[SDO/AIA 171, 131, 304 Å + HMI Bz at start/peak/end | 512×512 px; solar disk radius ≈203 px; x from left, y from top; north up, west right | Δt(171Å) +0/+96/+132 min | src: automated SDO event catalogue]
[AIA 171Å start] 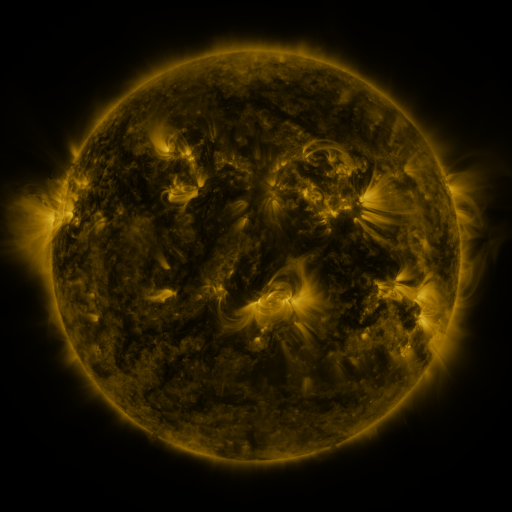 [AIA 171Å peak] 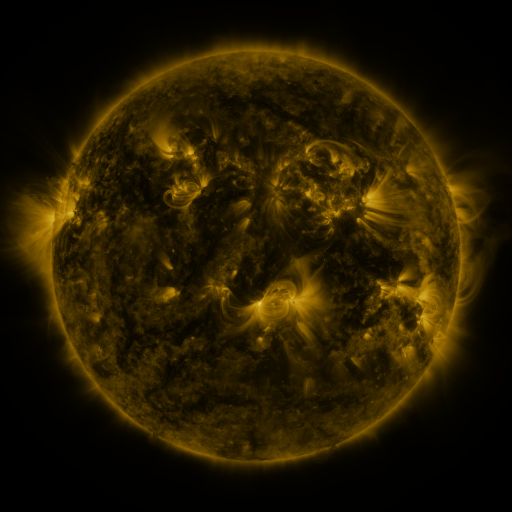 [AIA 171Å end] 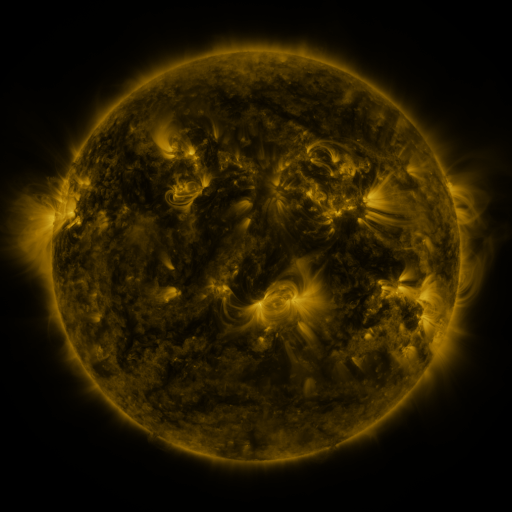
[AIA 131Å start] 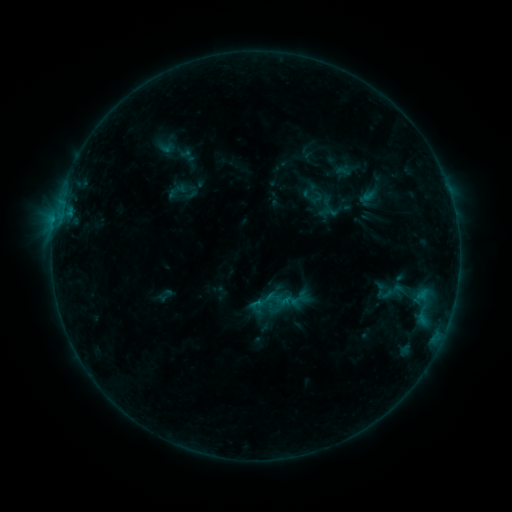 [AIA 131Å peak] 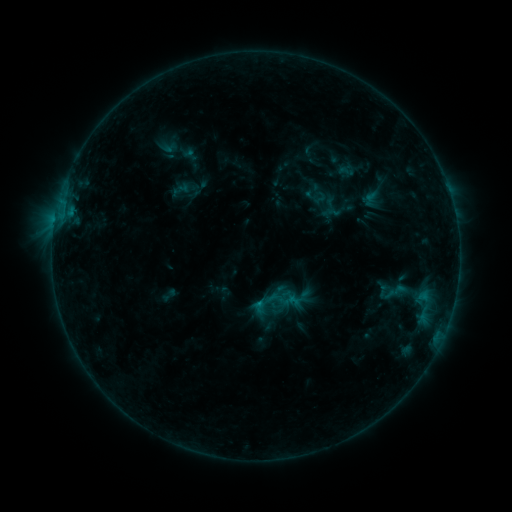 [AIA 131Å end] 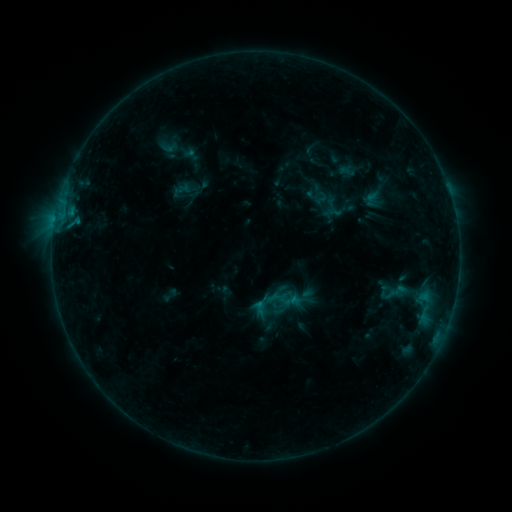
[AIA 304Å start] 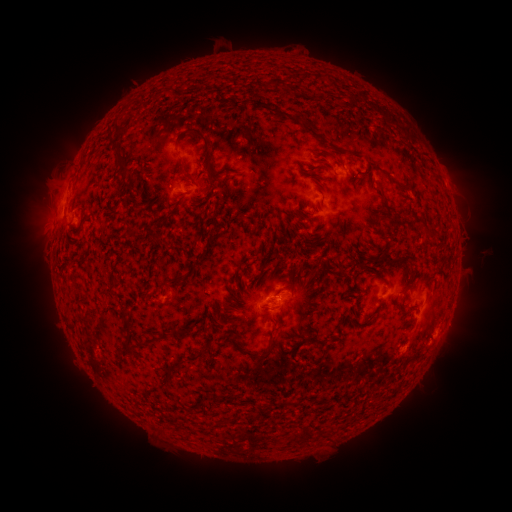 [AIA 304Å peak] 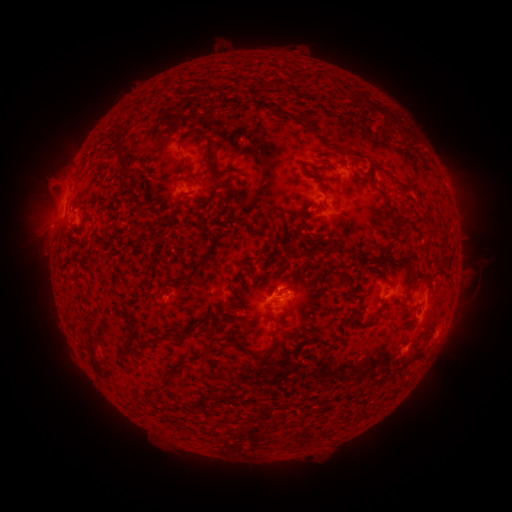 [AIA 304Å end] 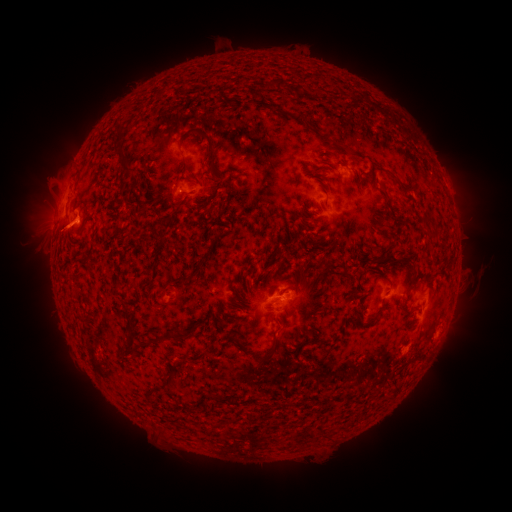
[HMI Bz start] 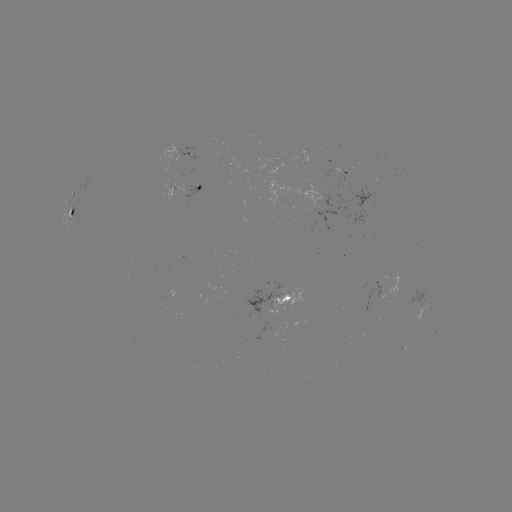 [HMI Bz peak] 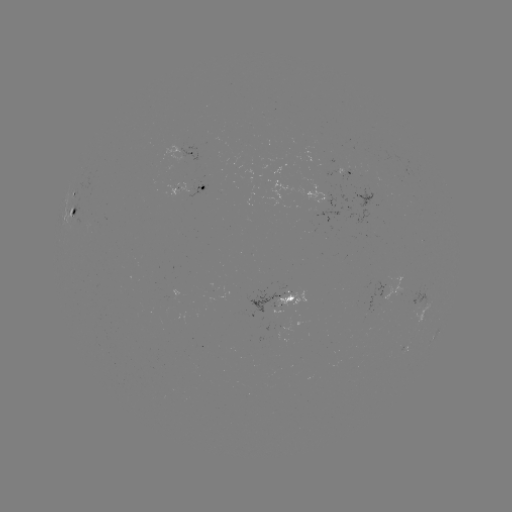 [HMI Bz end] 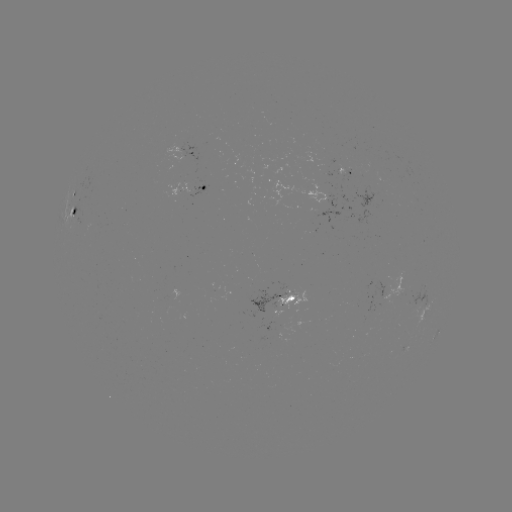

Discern emerging-flux region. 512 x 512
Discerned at [284, 290].